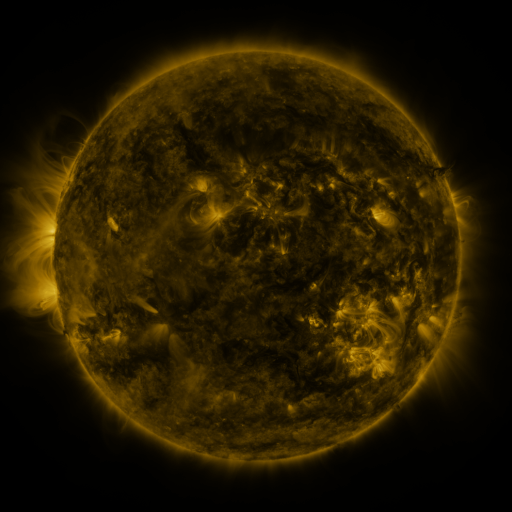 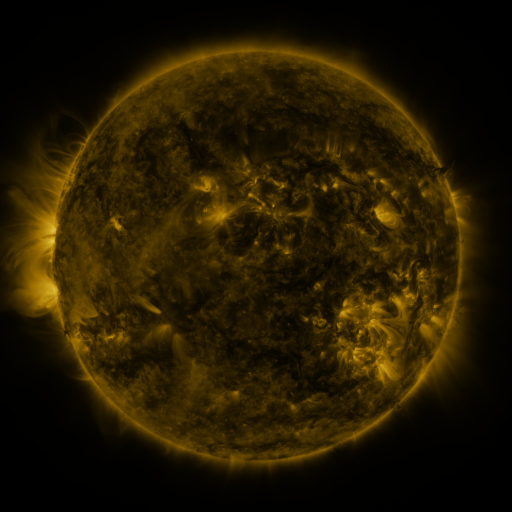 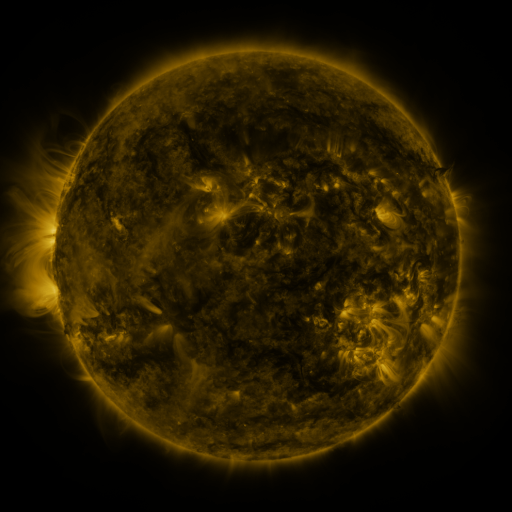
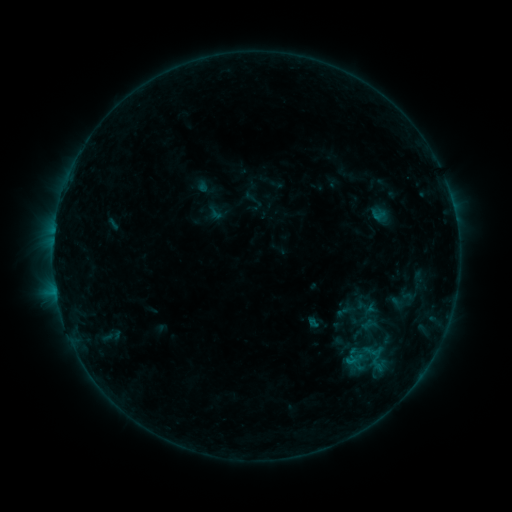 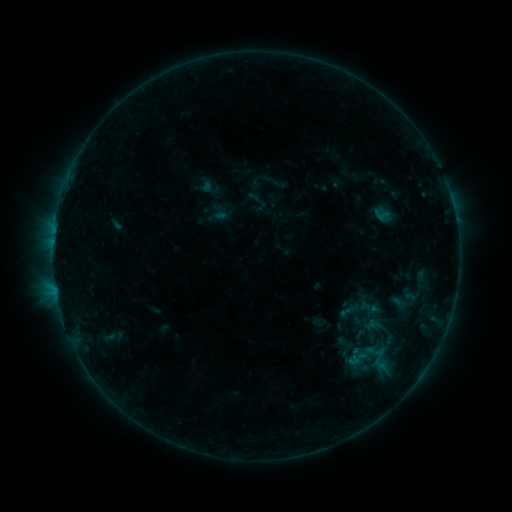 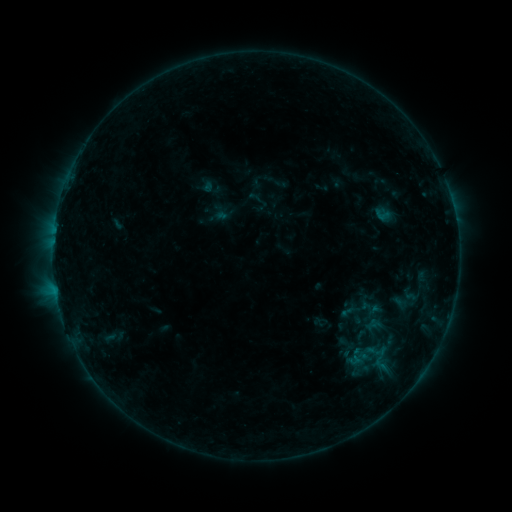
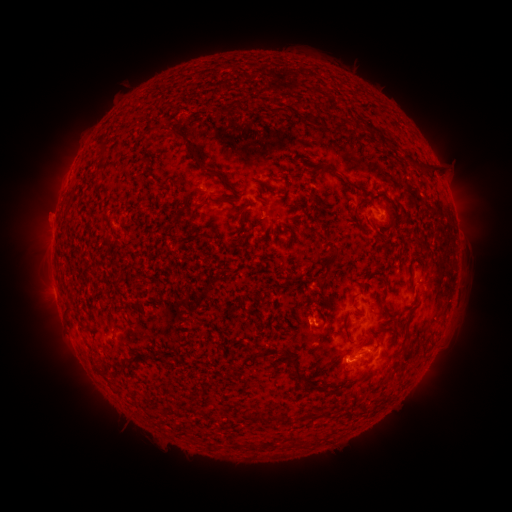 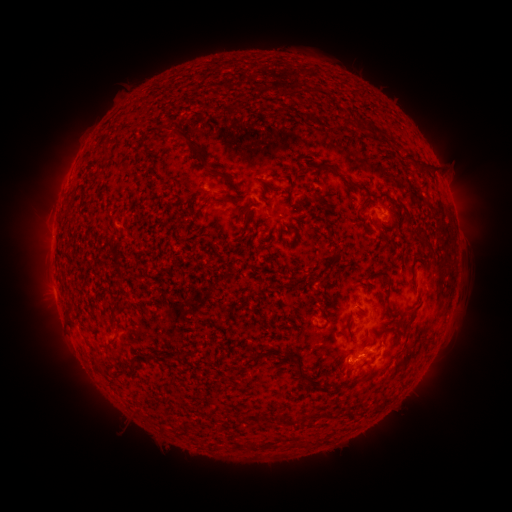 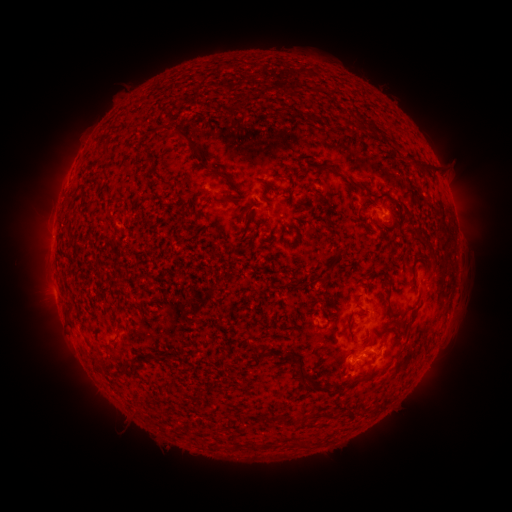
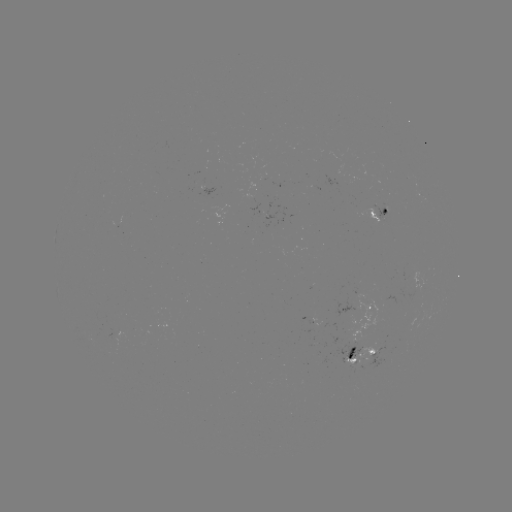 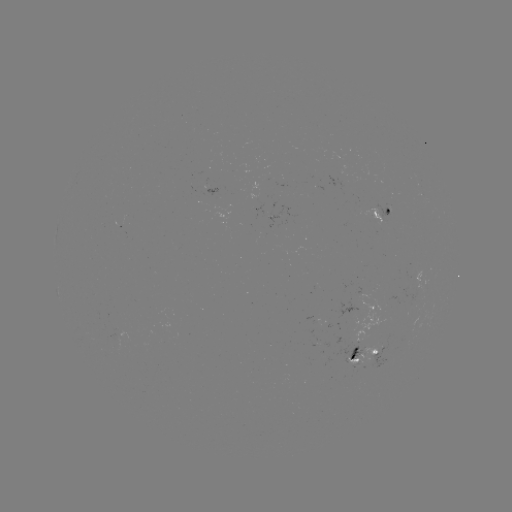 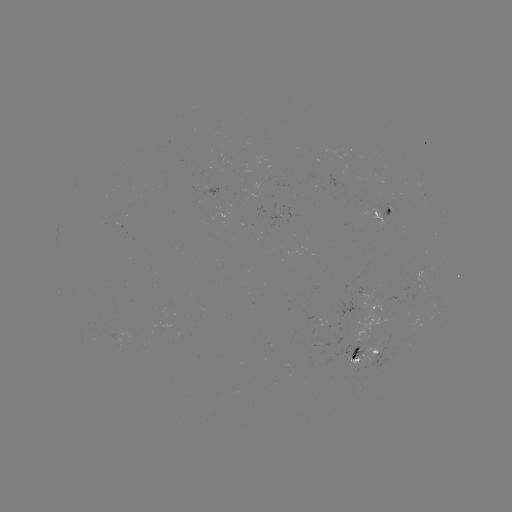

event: emerging-flux region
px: (380, 352)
